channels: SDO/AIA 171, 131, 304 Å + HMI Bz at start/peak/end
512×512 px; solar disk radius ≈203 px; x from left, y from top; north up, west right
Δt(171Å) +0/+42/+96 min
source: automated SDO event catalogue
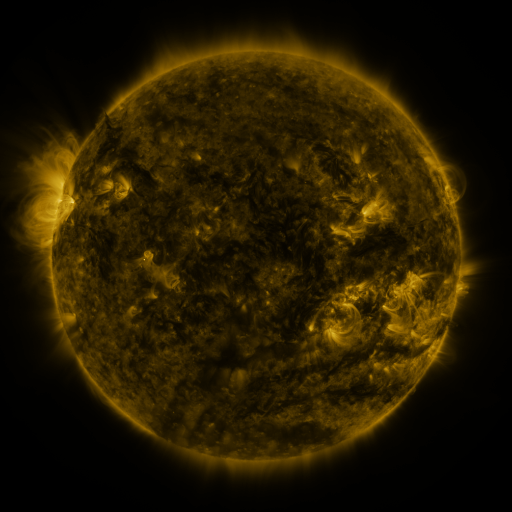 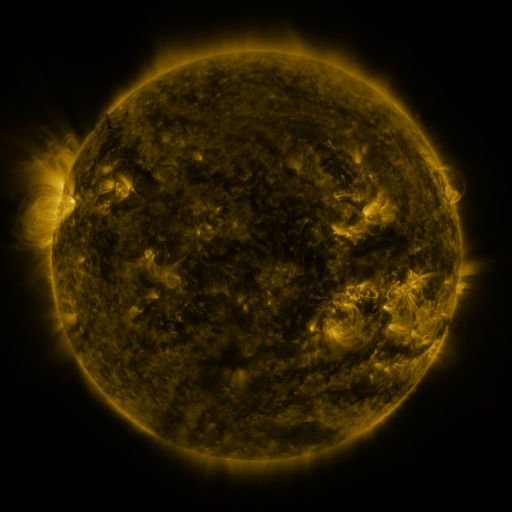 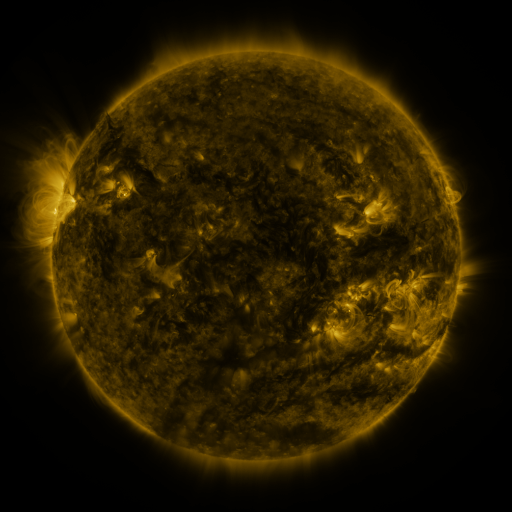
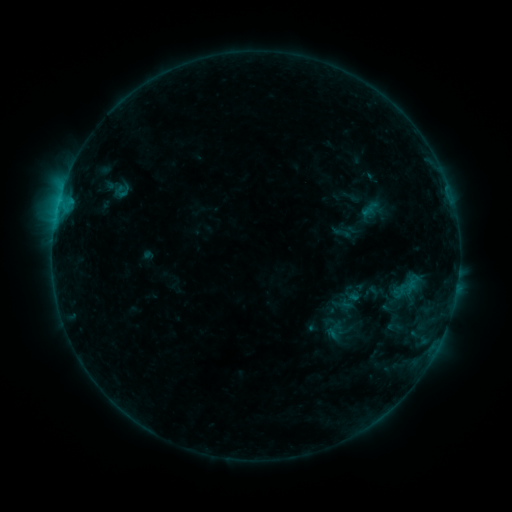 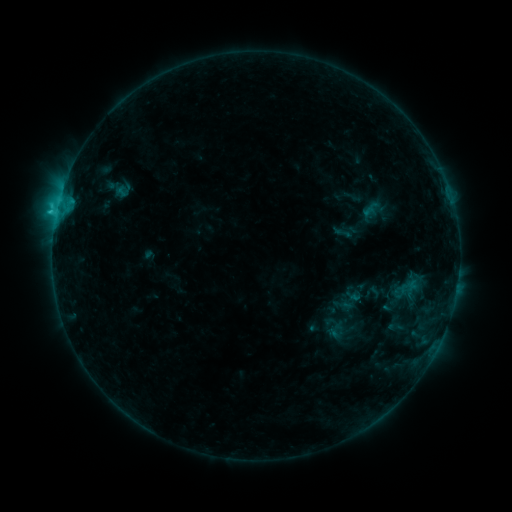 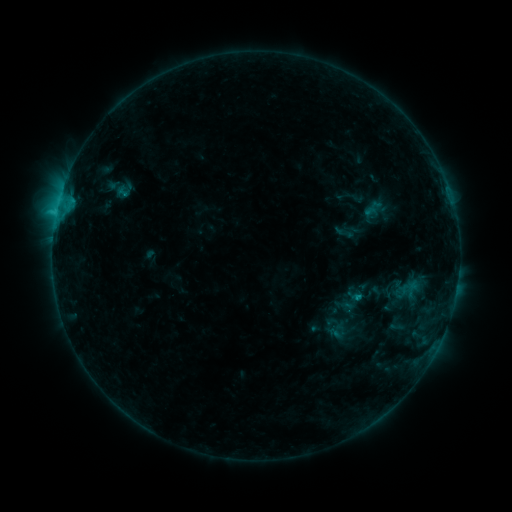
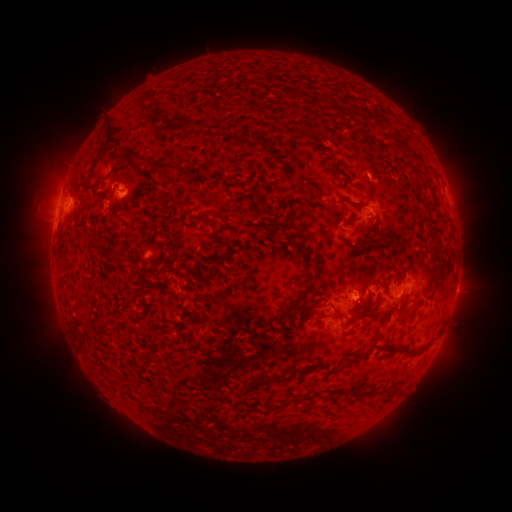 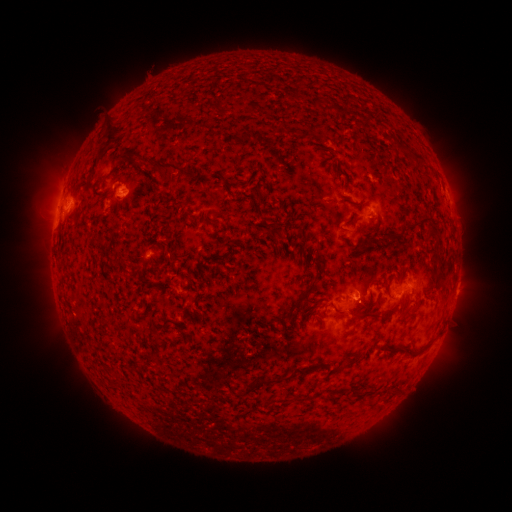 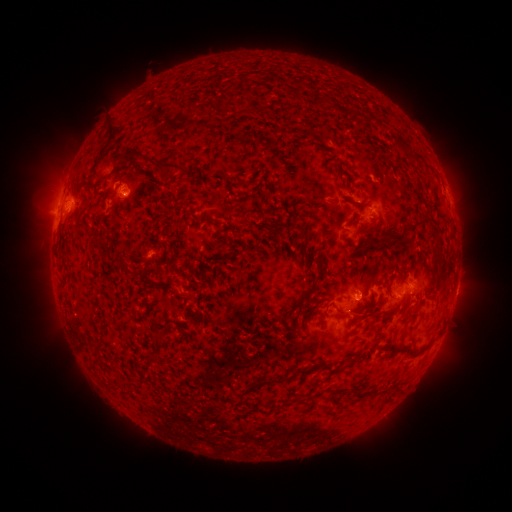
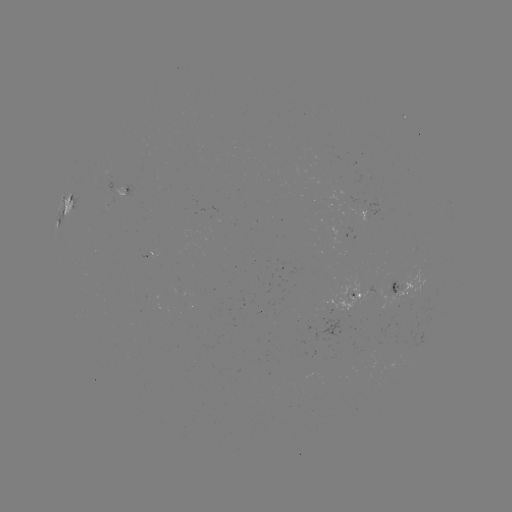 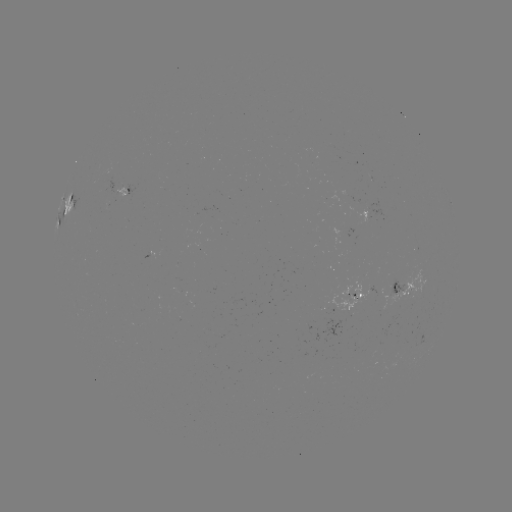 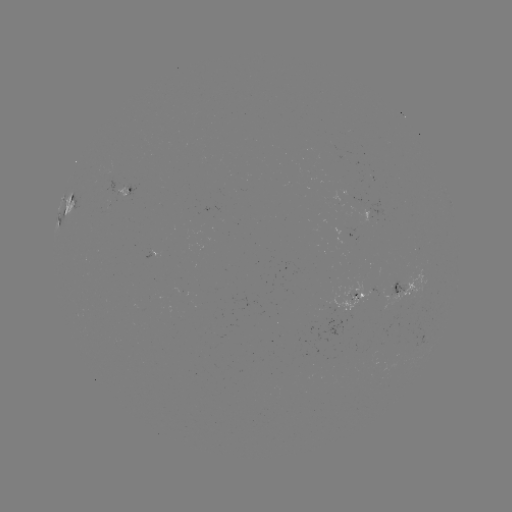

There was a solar flare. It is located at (58, 217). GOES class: C1.8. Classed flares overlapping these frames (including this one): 1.